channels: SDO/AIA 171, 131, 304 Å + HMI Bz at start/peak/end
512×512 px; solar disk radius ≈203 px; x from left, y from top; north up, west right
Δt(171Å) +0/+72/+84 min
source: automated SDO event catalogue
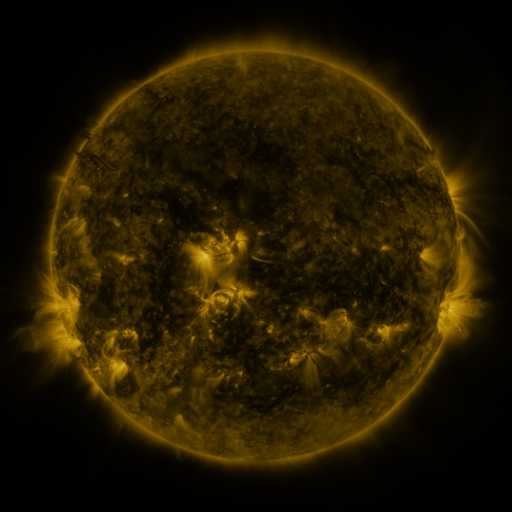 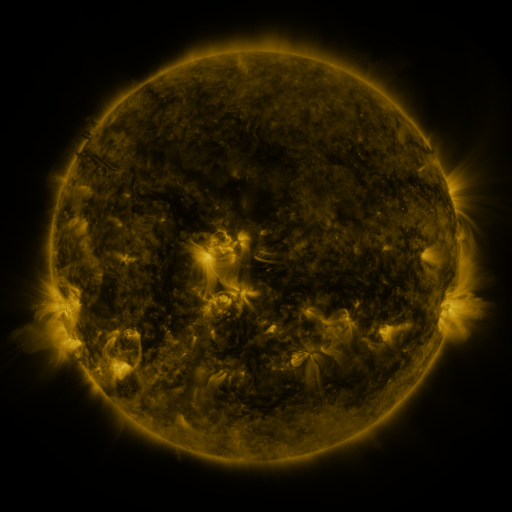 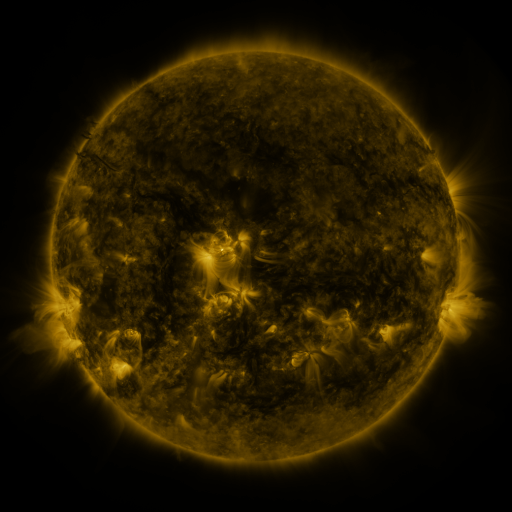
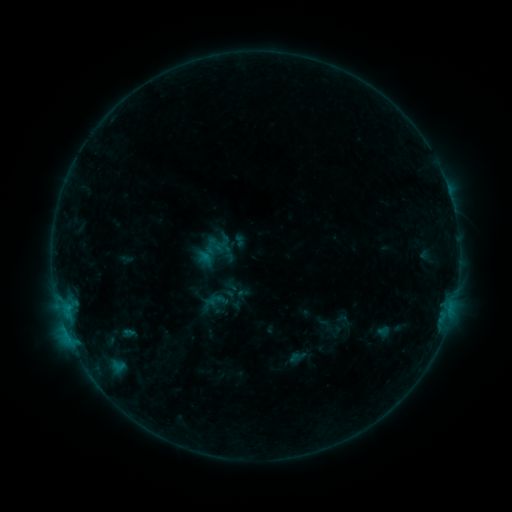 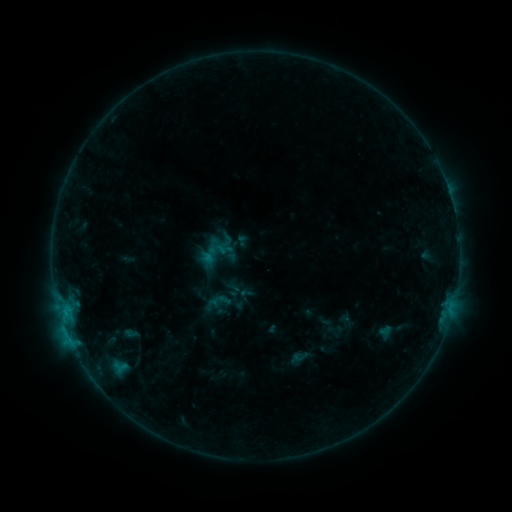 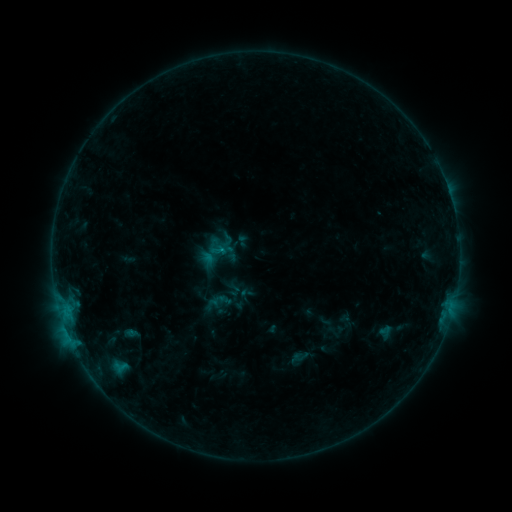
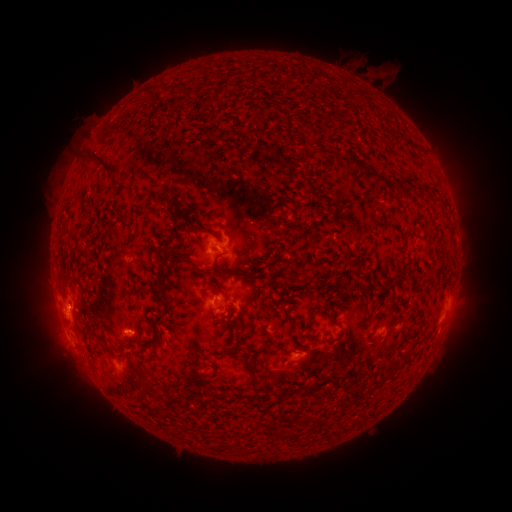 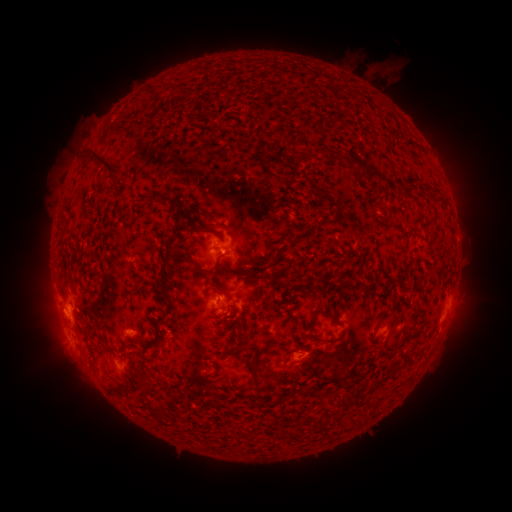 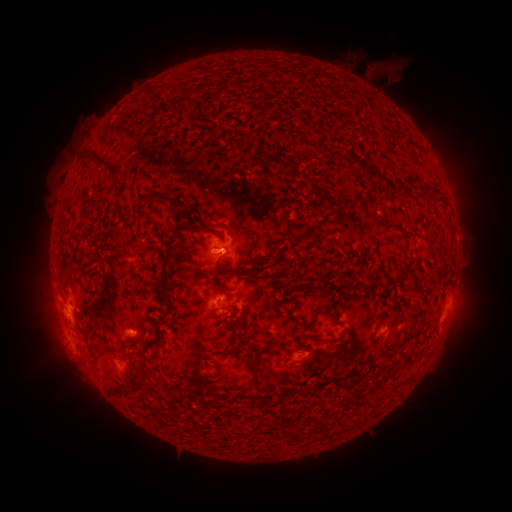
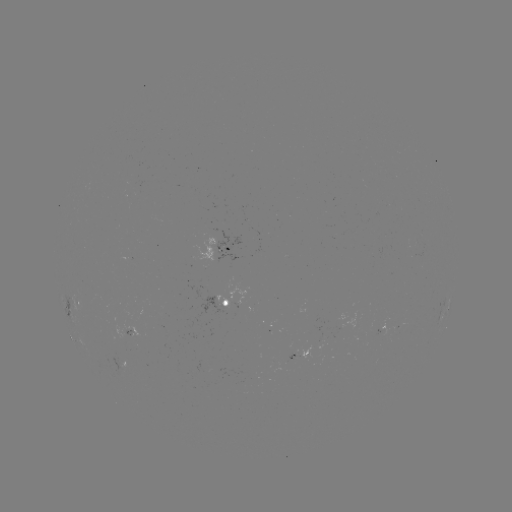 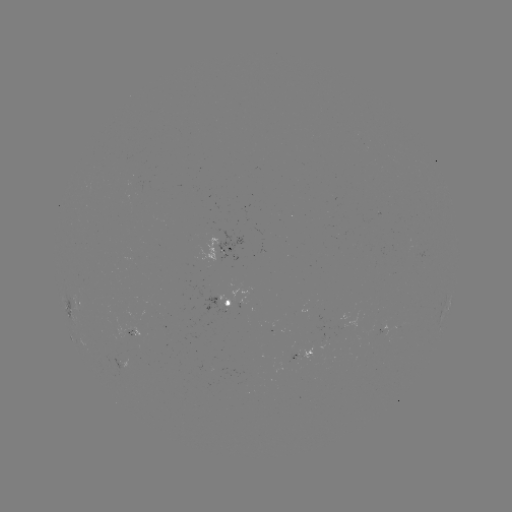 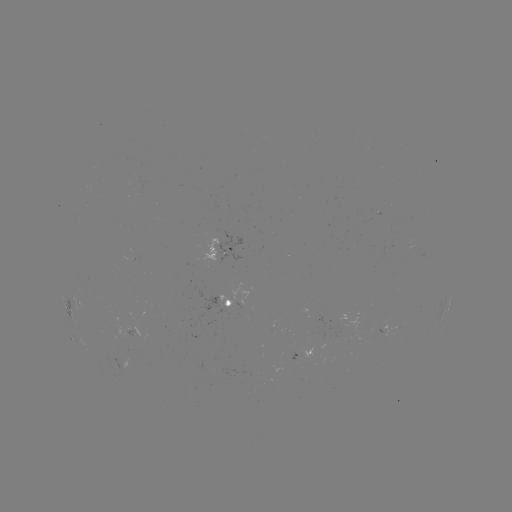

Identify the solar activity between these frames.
emerging-flux region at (221, 294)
